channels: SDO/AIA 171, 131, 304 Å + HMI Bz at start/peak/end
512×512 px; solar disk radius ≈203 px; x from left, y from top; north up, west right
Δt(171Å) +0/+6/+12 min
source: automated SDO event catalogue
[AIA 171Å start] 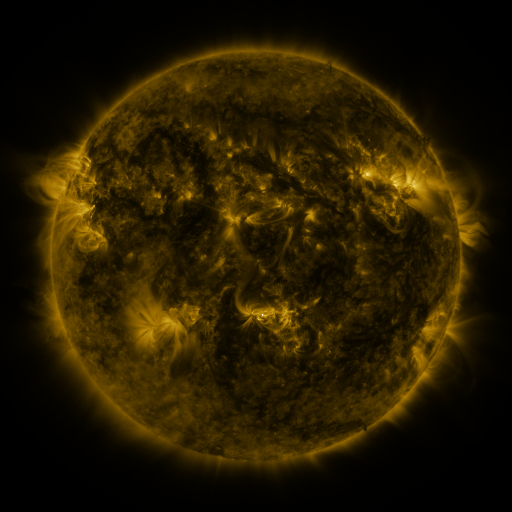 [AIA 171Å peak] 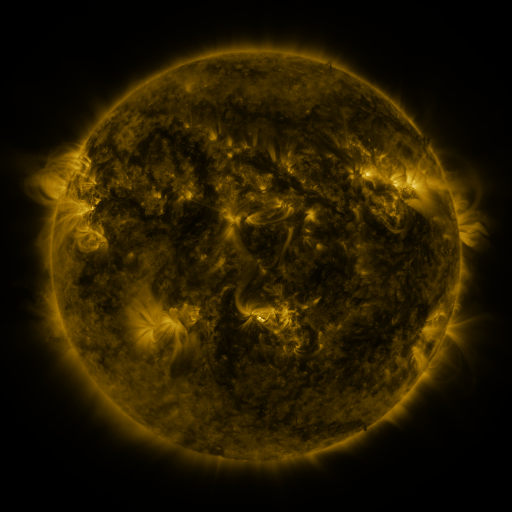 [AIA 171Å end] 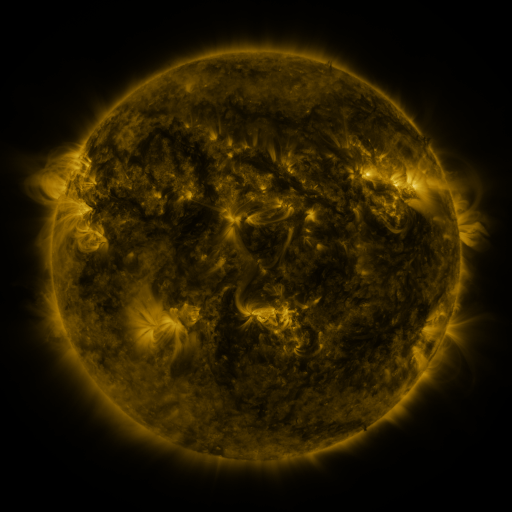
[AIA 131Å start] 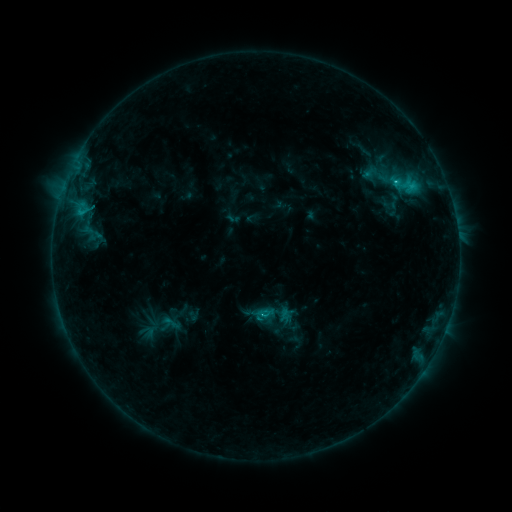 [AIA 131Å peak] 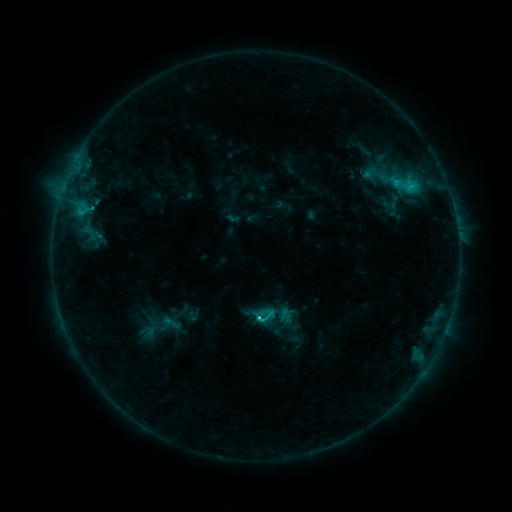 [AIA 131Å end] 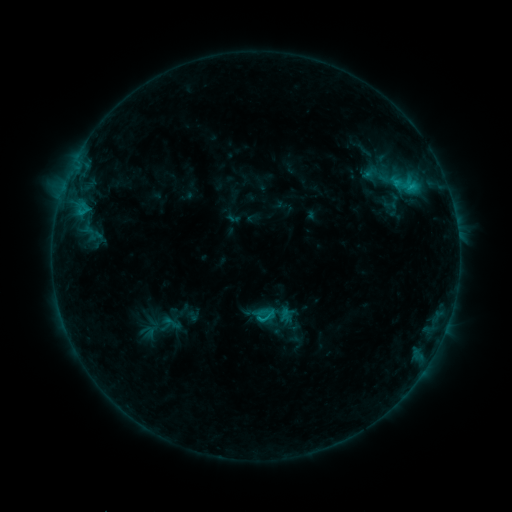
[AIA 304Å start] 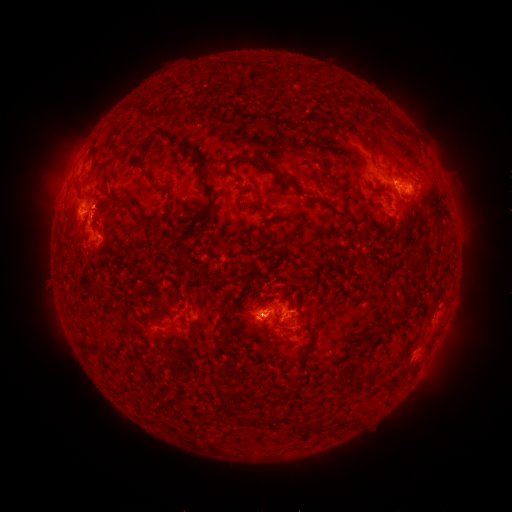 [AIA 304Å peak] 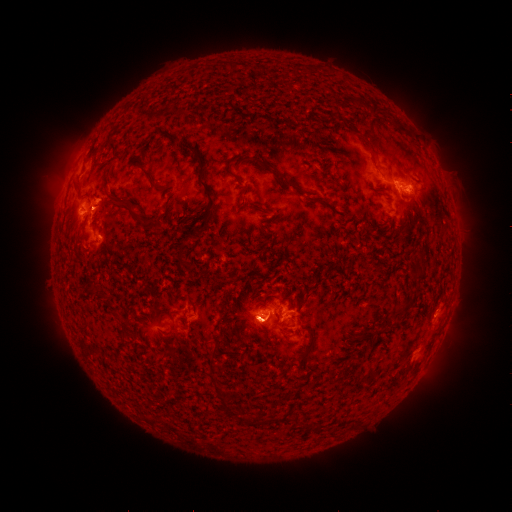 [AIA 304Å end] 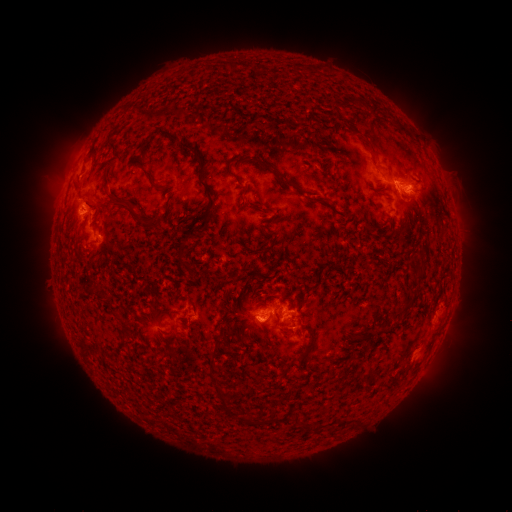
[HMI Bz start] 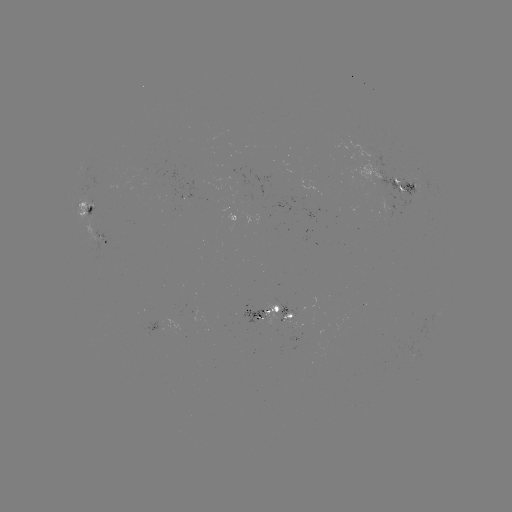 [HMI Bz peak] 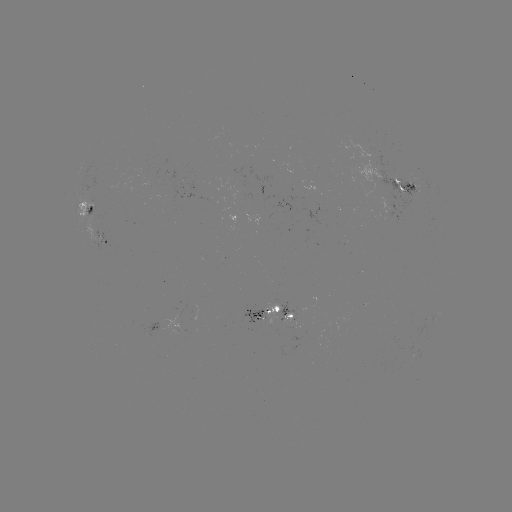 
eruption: [419, 292, 474, 387]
